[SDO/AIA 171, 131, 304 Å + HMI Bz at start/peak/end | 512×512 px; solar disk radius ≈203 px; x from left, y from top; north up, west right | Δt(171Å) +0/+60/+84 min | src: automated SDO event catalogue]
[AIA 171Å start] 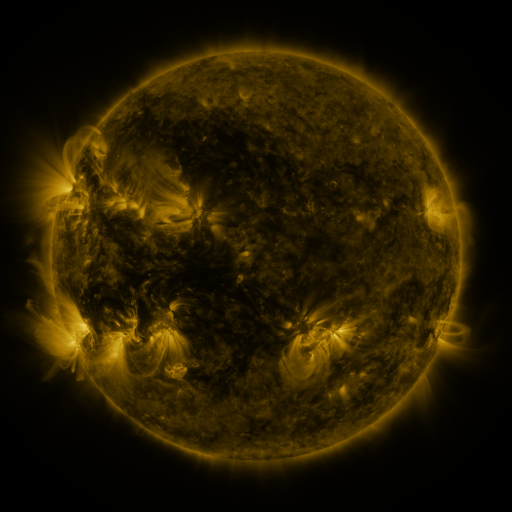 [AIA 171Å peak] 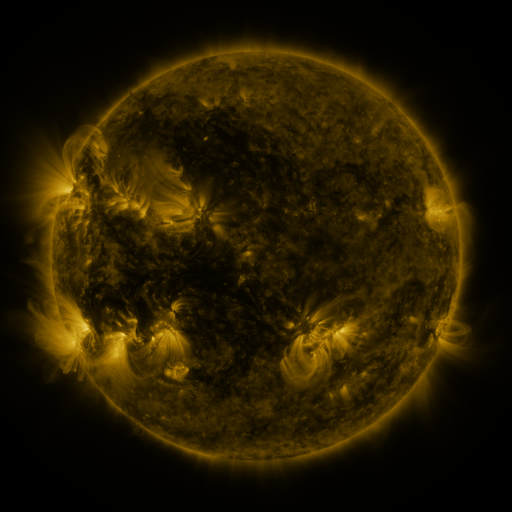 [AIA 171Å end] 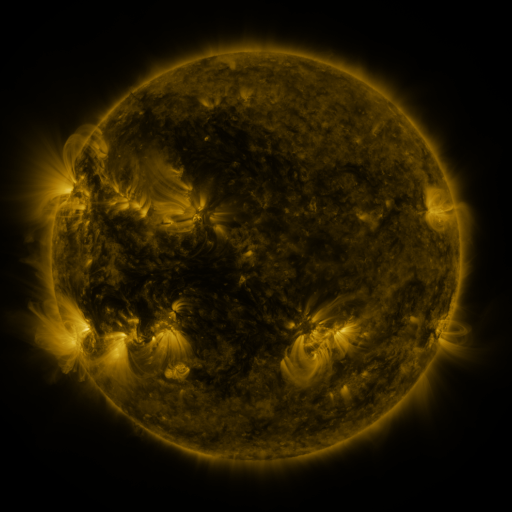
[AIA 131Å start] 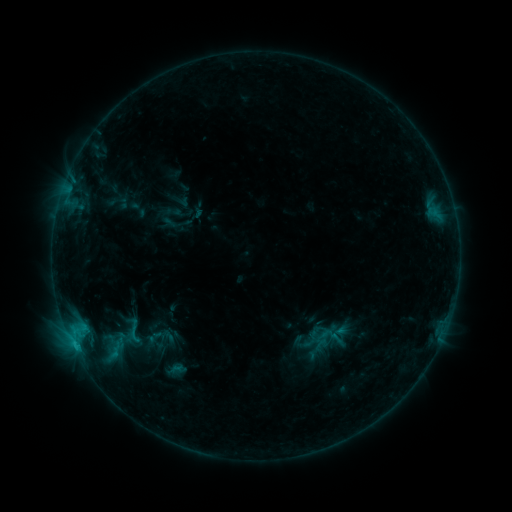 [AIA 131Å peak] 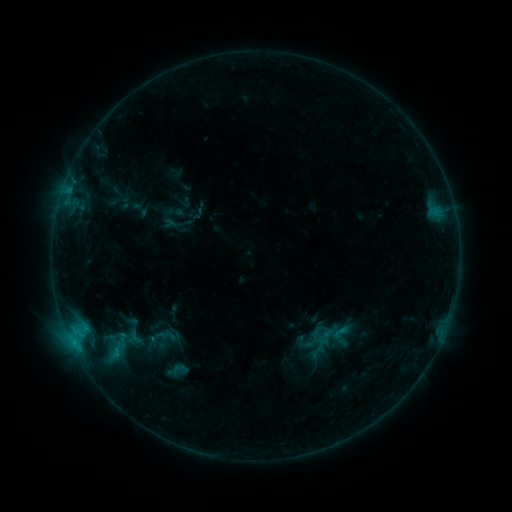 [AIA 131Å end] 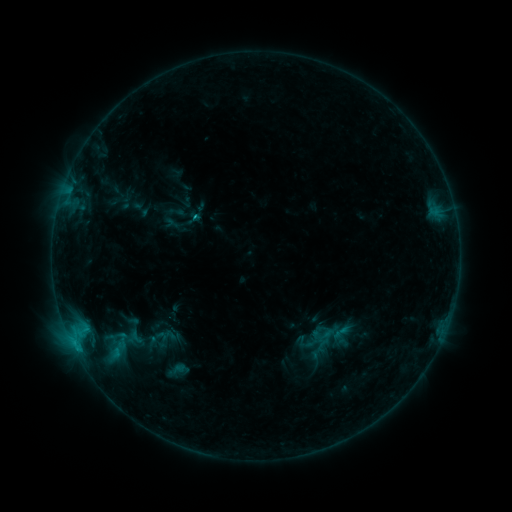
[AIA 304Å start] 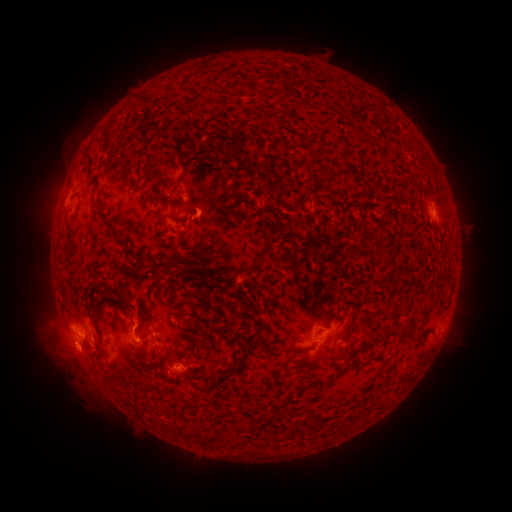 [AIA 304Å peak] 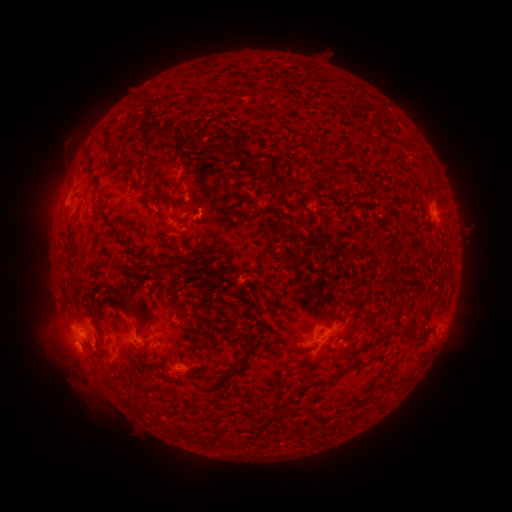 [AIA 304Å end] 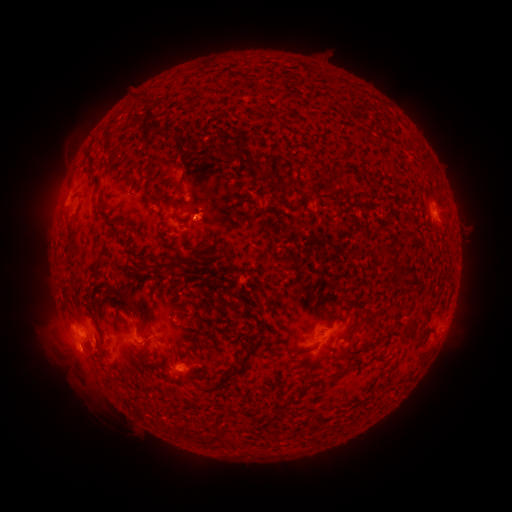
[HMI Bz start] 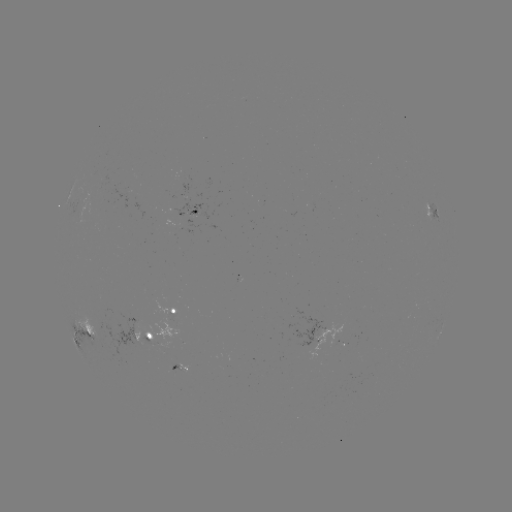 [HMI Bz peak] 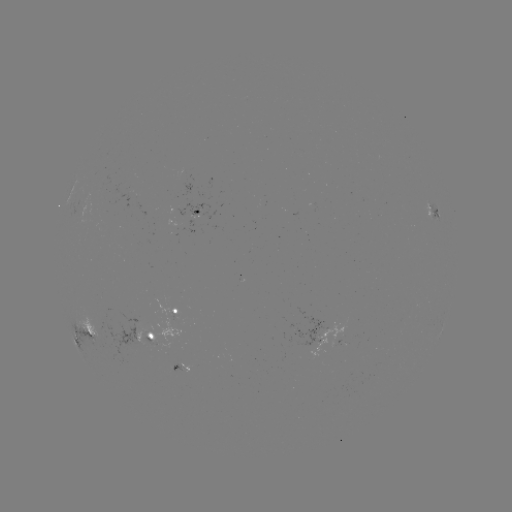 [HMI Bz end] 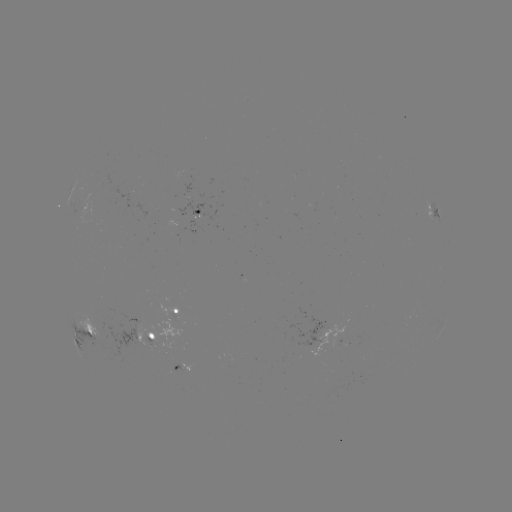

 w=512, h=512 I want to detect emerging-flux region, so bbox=[153, 340, 175, 349].